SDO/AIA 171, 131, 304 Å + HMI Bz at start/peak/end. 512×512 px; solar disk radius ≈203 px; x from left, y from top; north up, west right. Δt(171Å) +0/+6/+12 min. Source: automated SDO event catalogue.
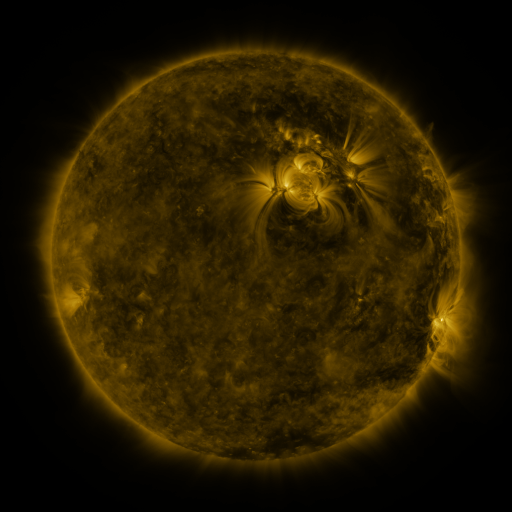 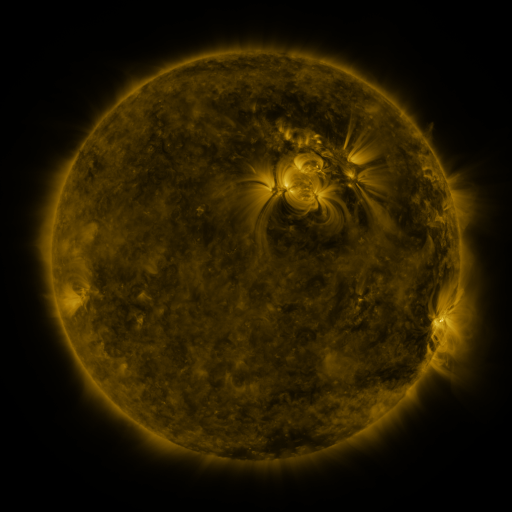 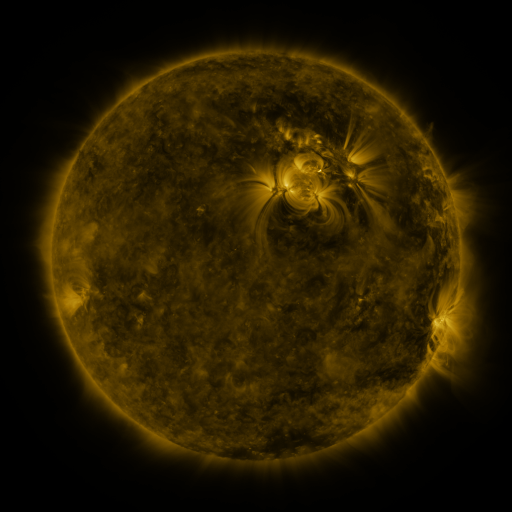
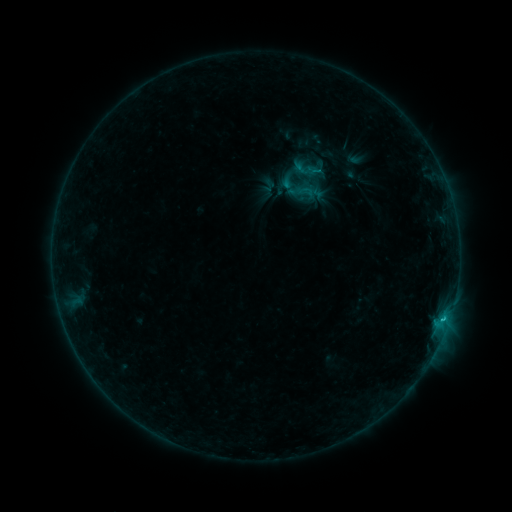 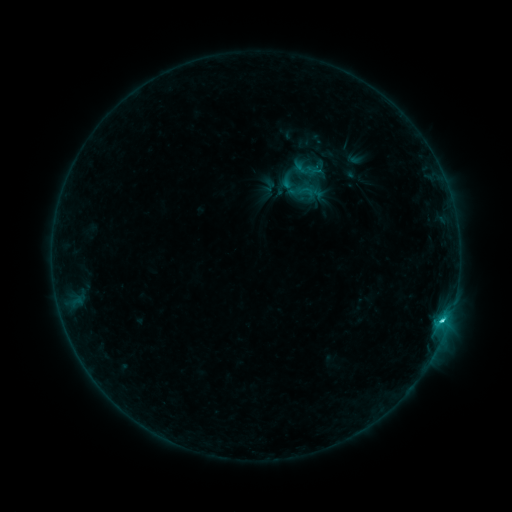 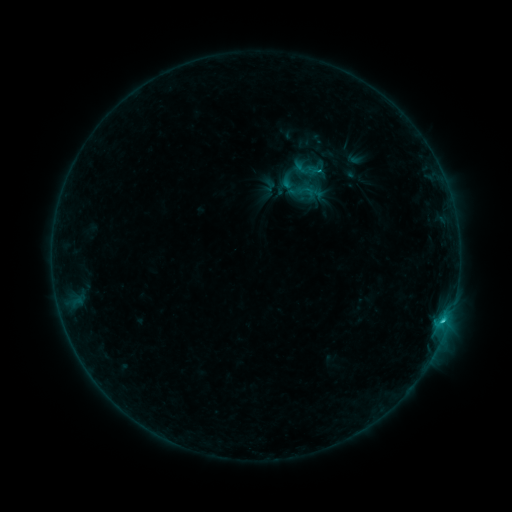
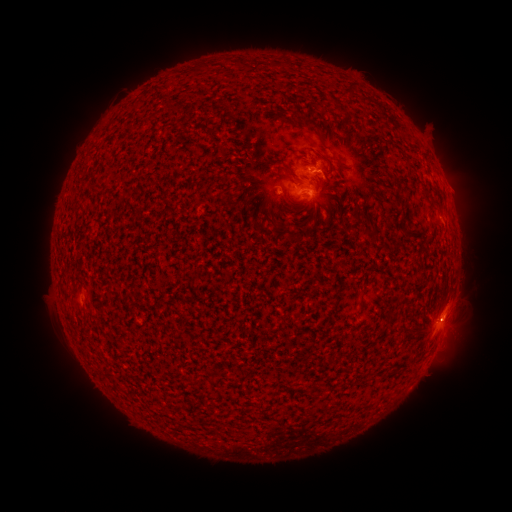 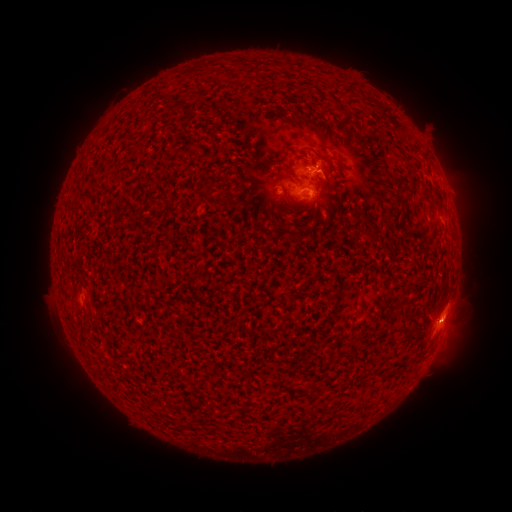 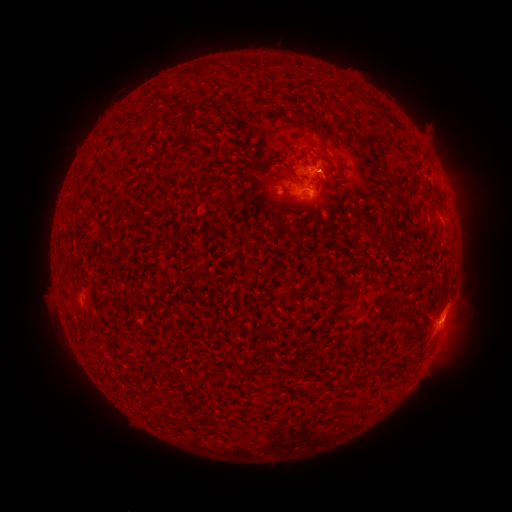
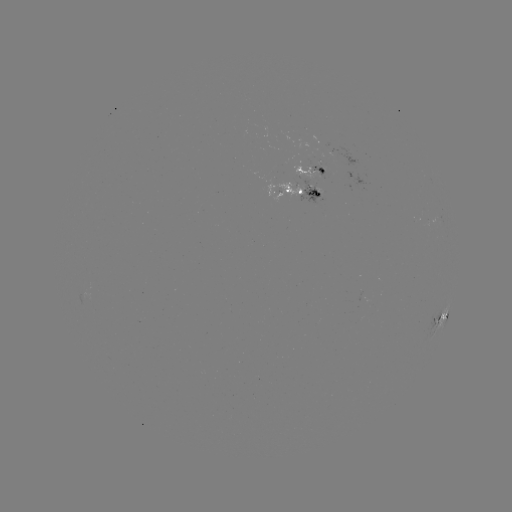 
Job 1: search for C1.9 flare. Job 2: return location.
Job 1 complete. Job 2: (439, 322).